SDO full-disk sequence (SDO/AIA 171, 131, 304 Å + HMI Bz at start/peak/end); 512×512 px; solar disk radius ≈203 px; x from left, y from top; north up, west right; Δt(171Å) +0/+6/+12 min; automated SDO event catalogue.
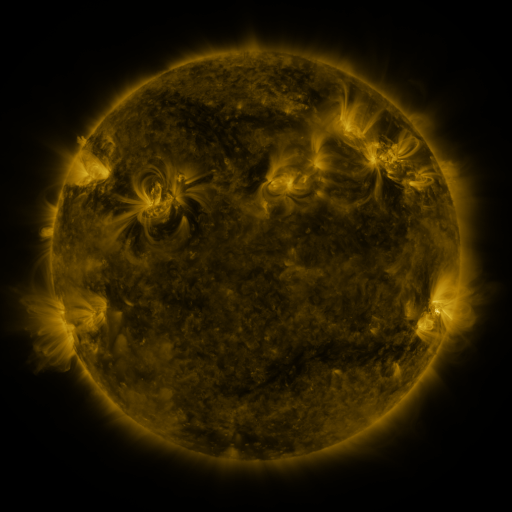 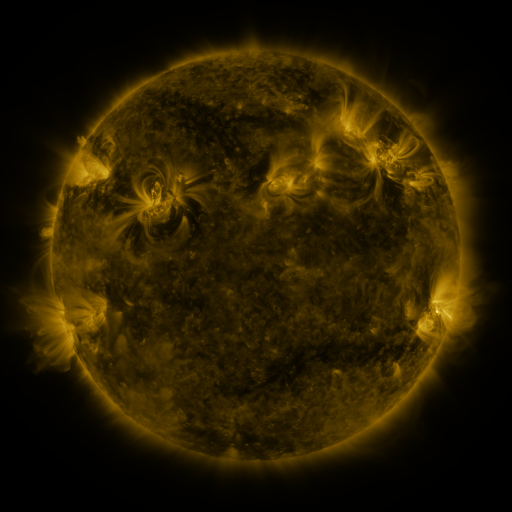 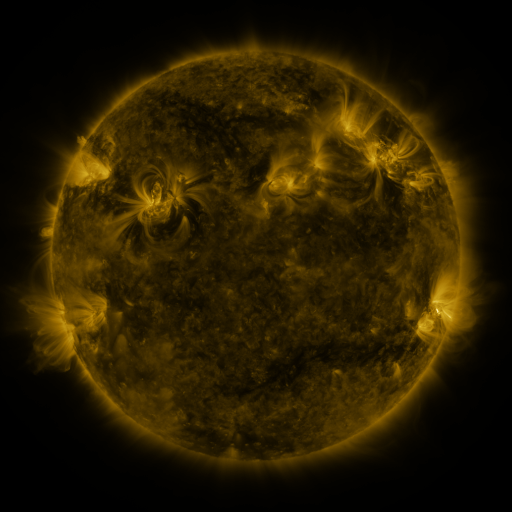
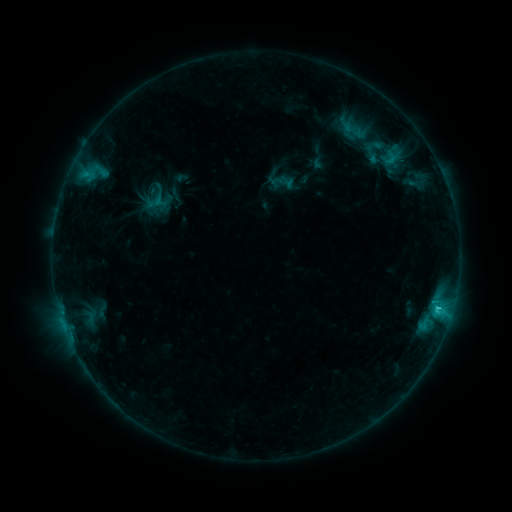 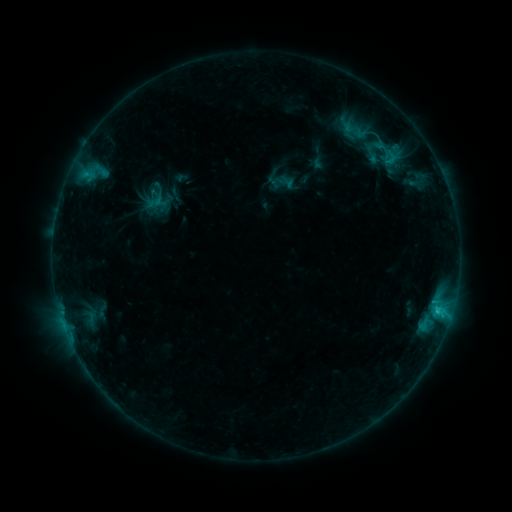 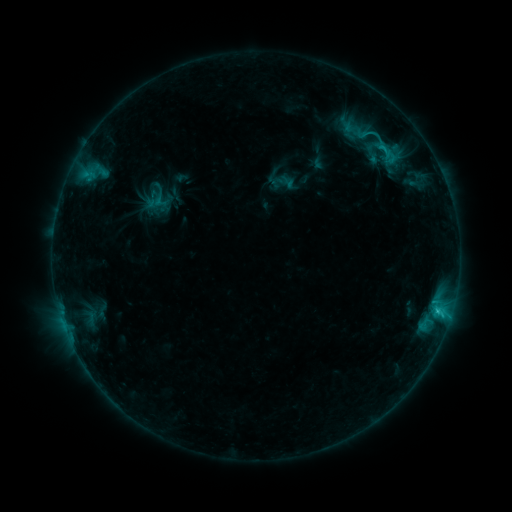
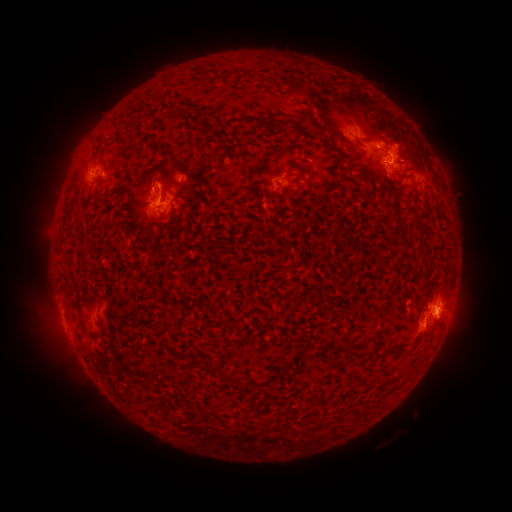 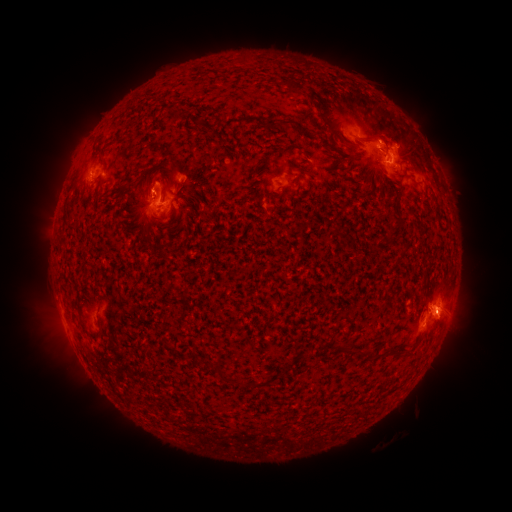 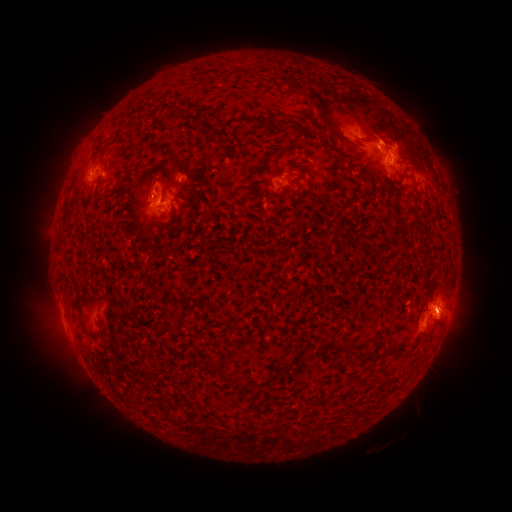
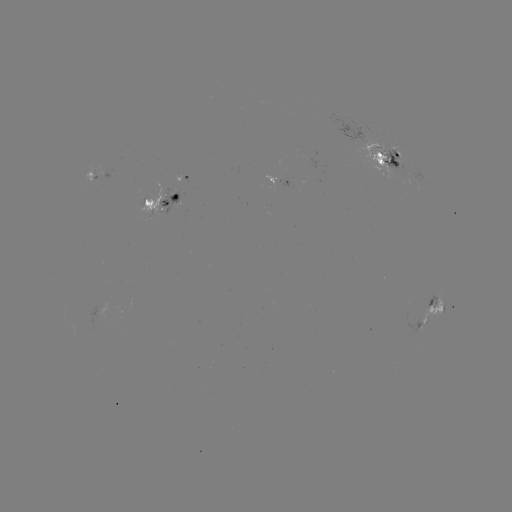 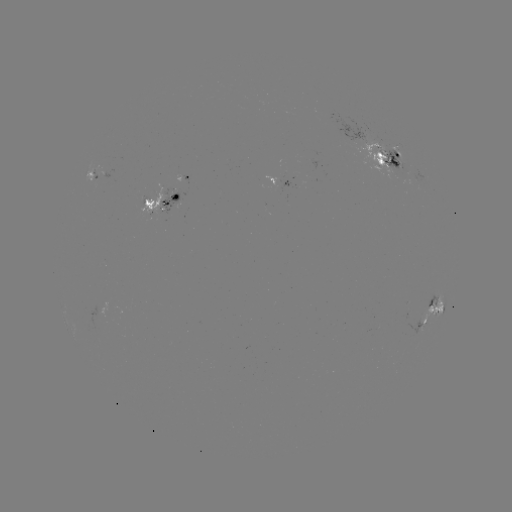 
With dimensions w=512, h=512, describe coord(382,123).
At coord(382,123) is eruption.